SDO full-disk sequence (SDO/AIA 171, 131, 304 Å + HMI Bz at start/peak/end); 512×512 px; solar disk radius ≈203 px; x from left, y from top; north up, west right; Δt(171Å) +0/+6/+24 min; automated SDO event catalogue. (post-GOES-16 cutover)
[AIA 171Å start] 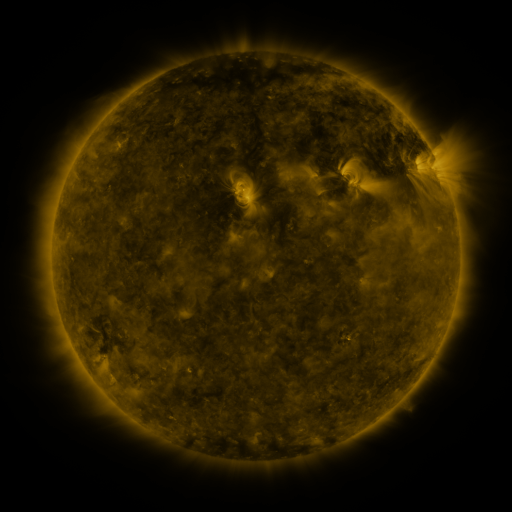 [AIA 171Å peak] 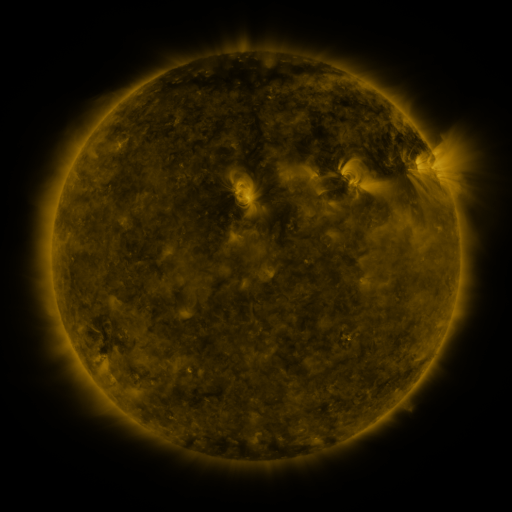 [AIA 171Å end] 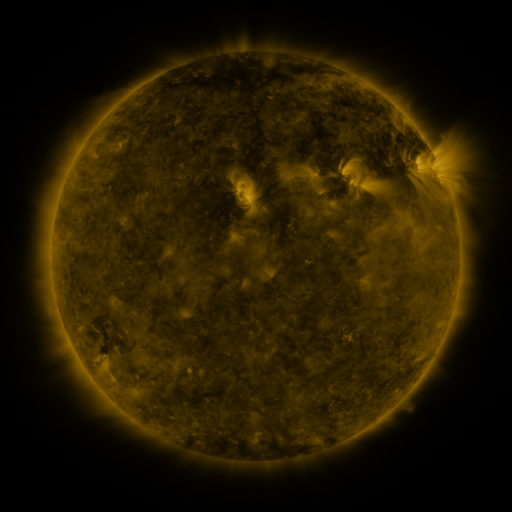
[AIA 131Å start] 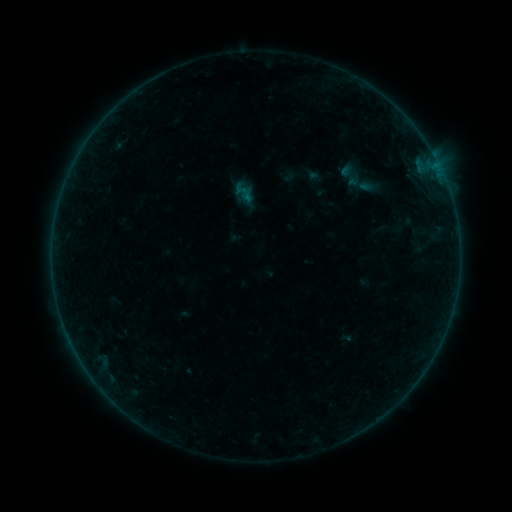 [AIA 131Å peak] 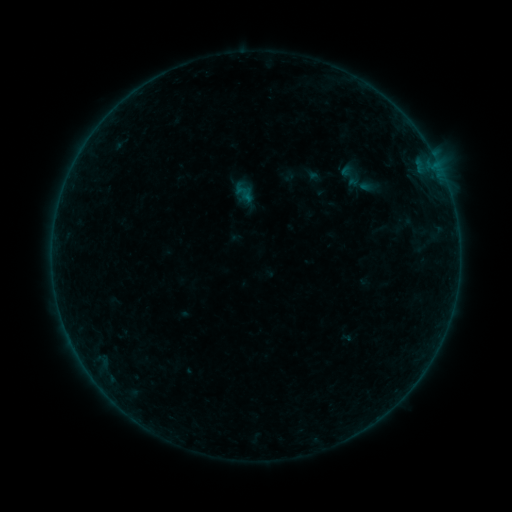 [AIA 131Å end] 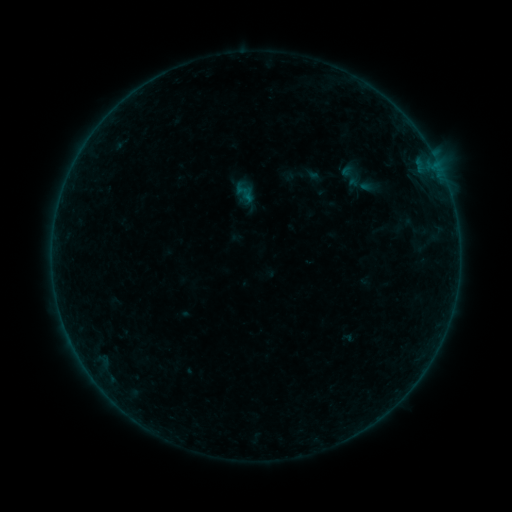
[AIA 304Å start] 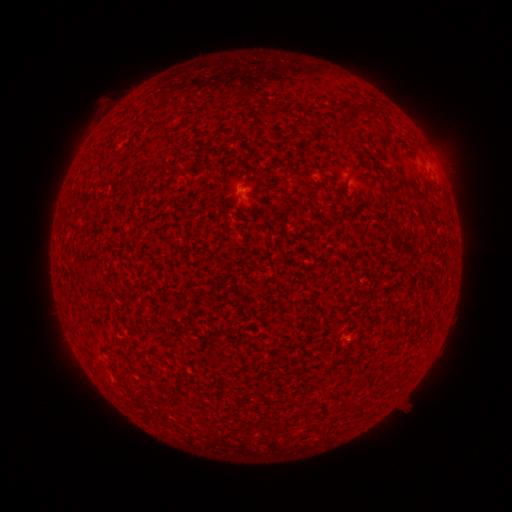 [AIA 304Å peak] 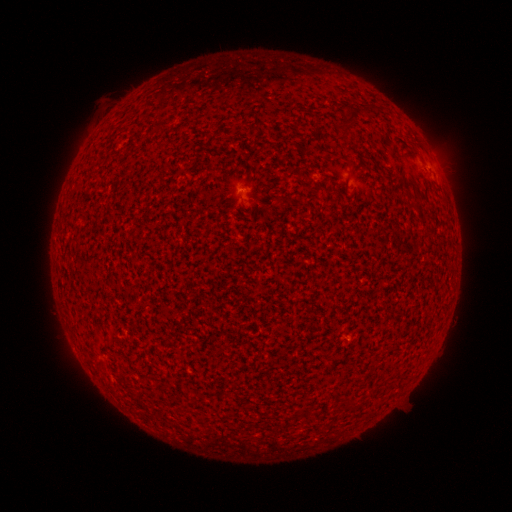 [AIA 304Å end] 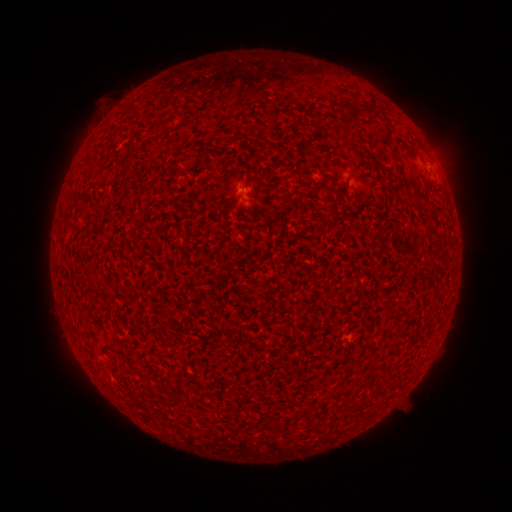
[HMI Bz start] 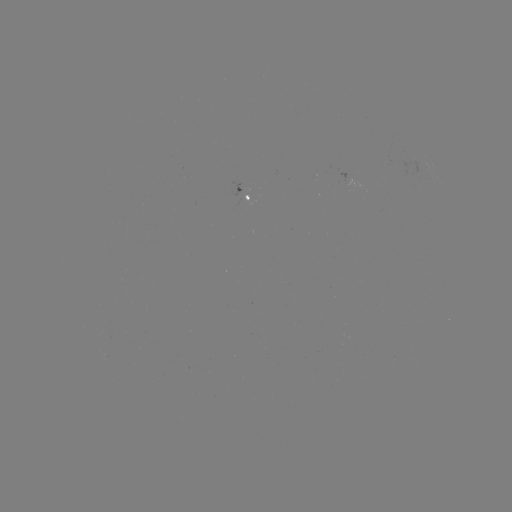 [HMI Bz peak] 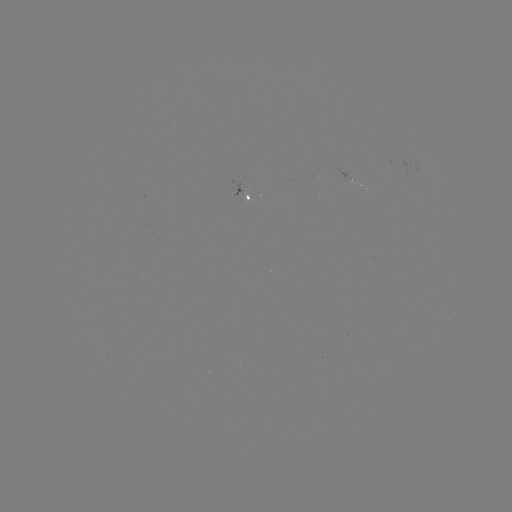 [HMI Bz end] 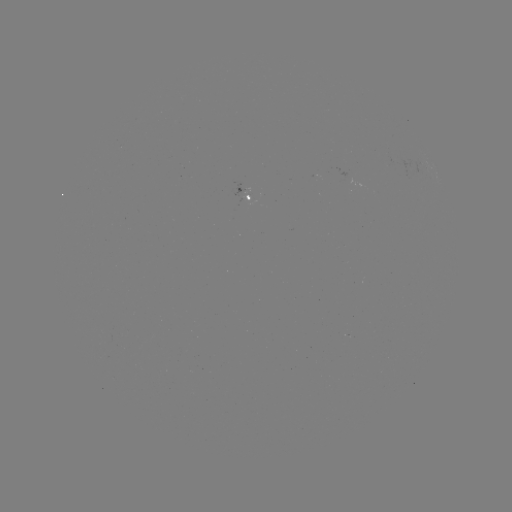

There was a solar flare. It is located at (431, 169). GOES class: A4.8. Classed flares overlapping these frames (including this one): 1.